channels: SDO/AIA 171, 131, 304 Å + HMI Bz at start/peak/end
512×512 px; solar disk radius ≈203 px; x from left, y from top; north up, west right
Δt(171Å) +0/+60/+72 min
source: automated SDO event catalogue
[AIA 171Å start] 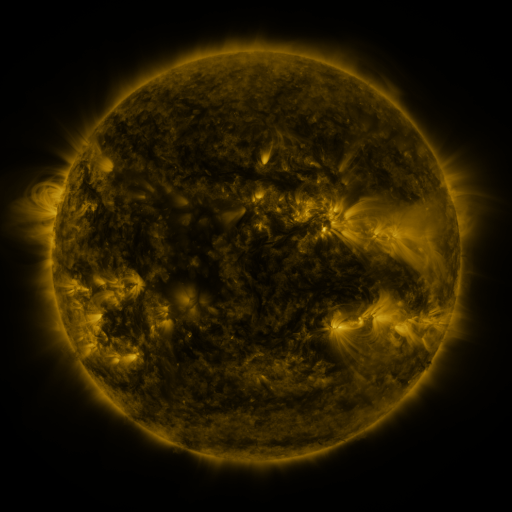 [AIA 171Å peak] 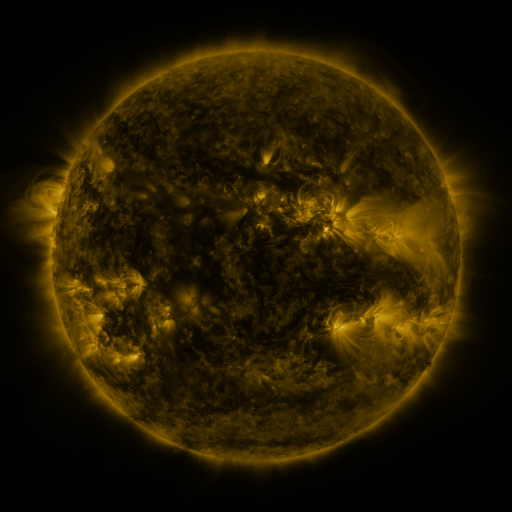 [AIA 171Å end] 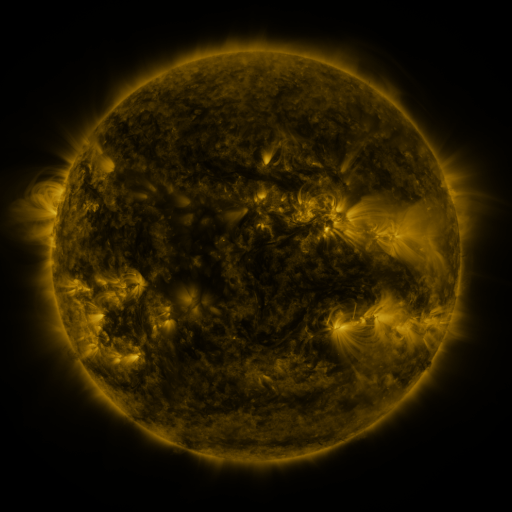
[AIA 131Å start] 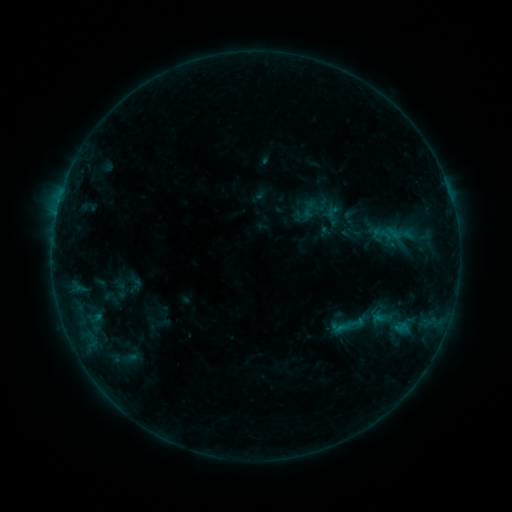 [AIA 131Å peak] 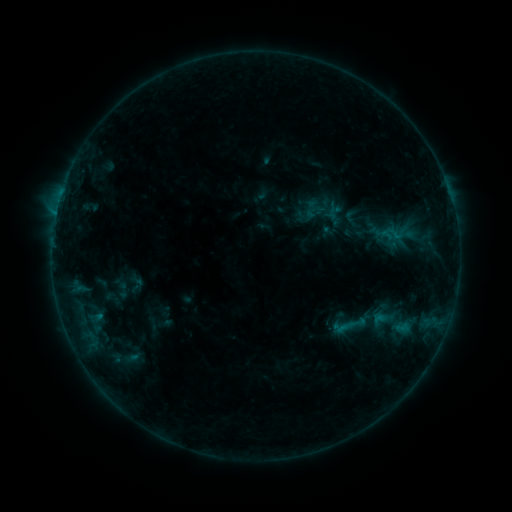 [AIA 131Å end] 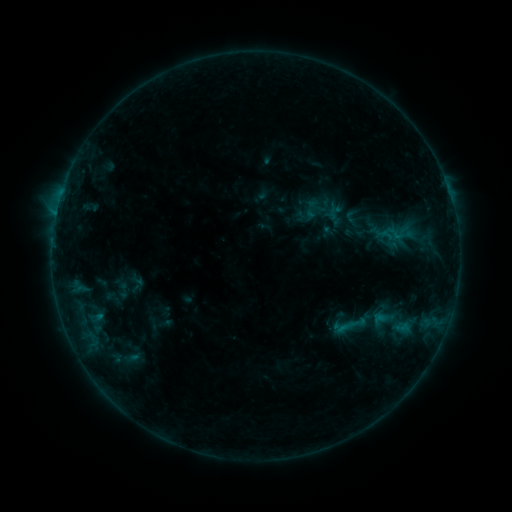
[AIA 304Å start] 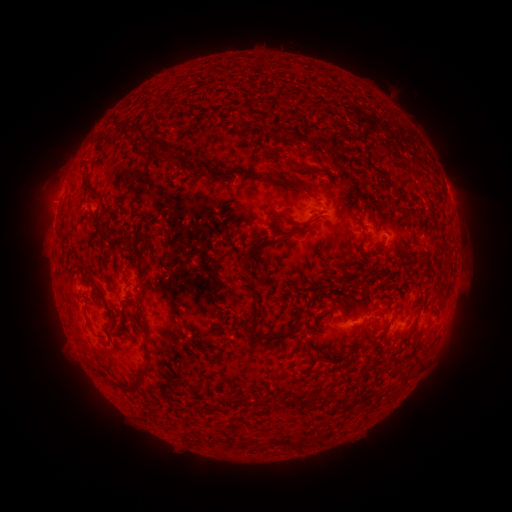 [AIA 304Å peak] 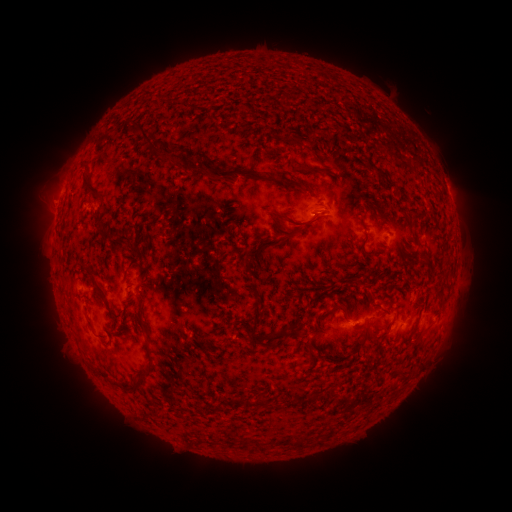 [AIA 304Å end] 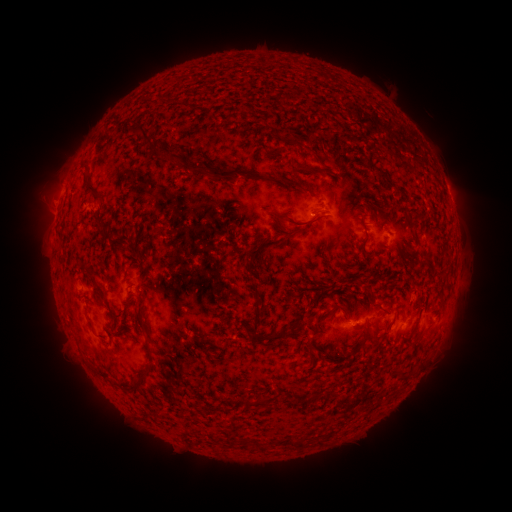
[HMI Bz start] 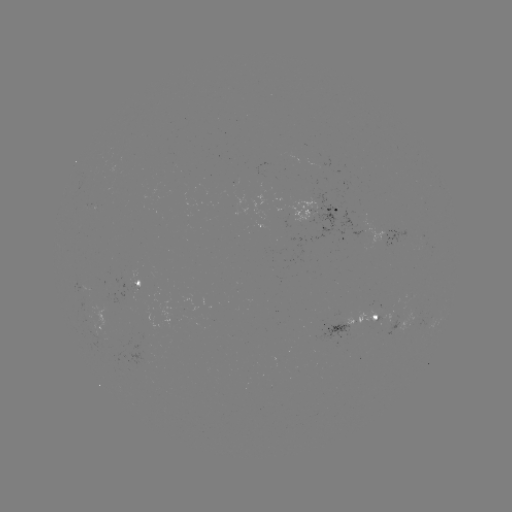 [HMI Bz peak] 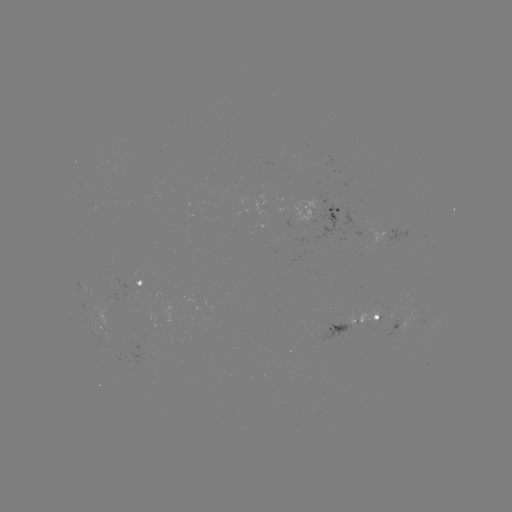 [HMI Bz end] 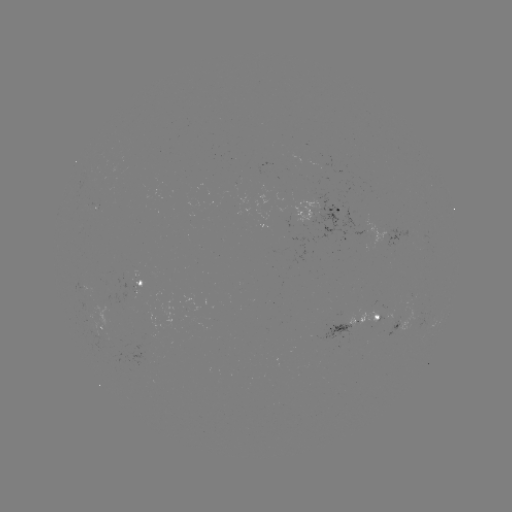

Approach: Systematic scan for emerging-flux region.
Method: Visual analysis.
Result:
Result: emerging-flux region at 104,307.